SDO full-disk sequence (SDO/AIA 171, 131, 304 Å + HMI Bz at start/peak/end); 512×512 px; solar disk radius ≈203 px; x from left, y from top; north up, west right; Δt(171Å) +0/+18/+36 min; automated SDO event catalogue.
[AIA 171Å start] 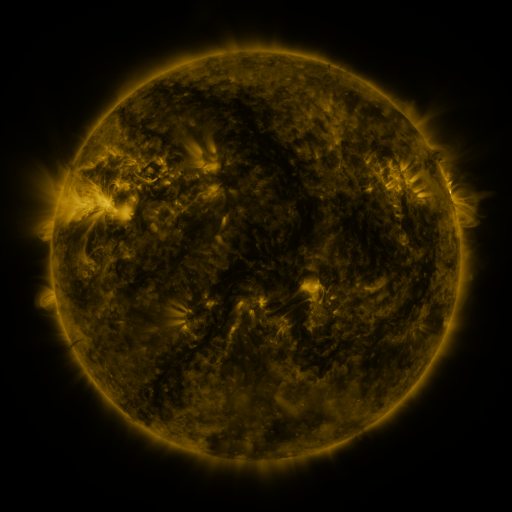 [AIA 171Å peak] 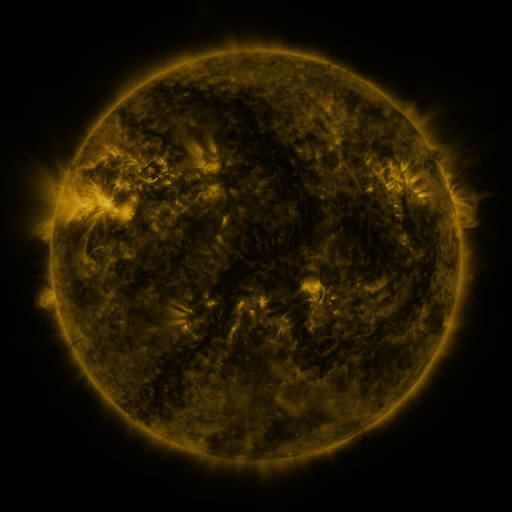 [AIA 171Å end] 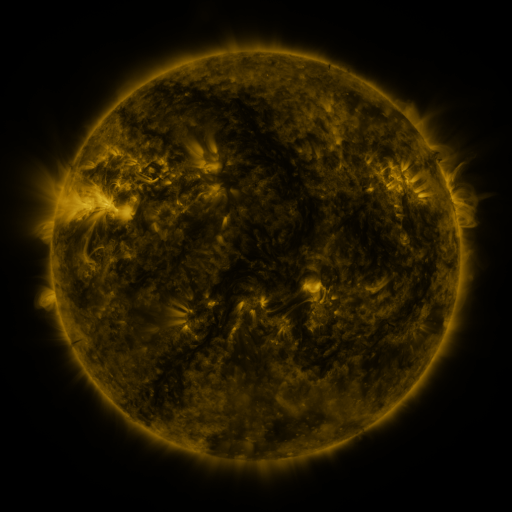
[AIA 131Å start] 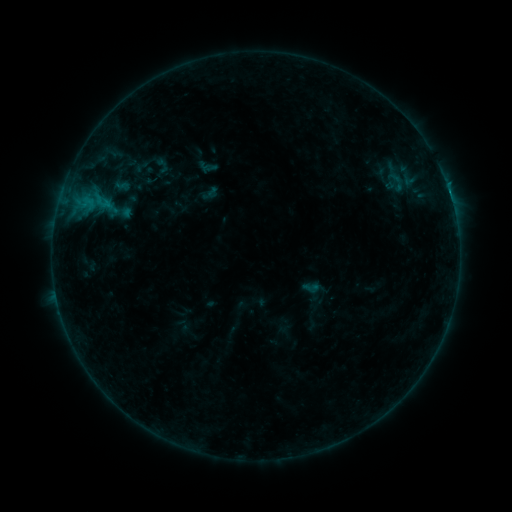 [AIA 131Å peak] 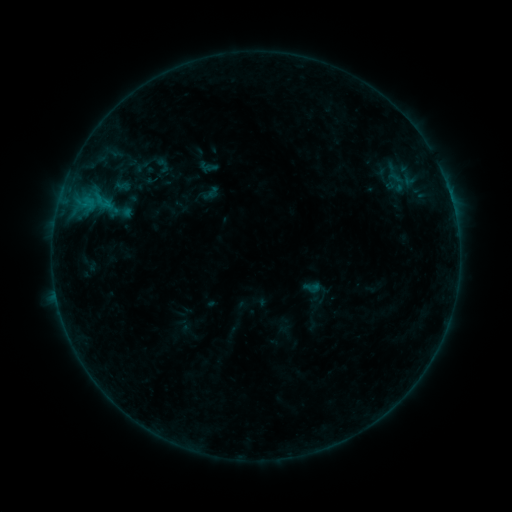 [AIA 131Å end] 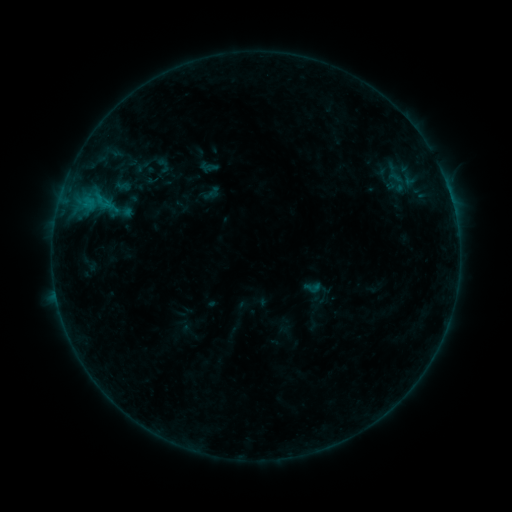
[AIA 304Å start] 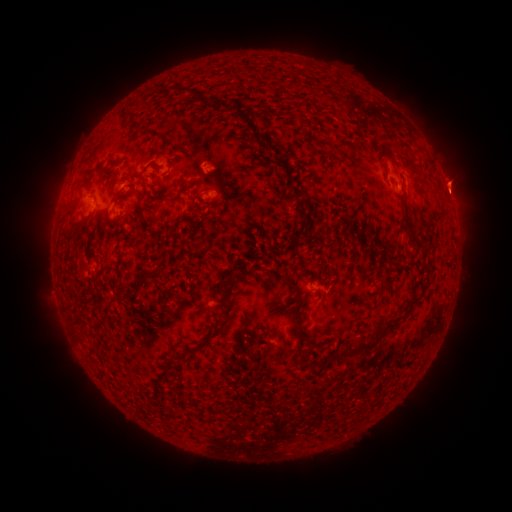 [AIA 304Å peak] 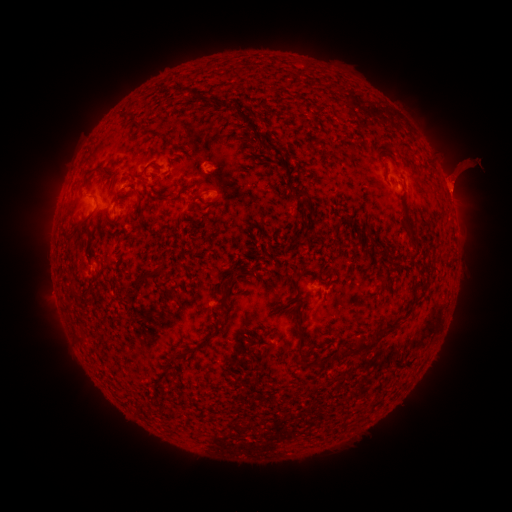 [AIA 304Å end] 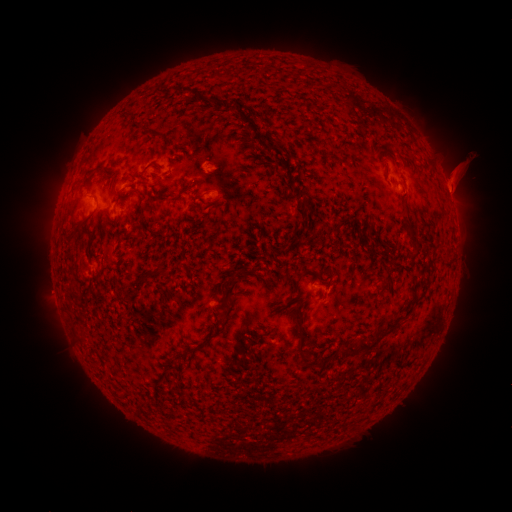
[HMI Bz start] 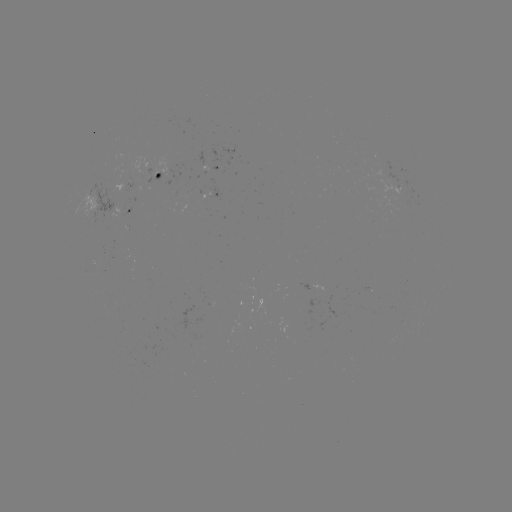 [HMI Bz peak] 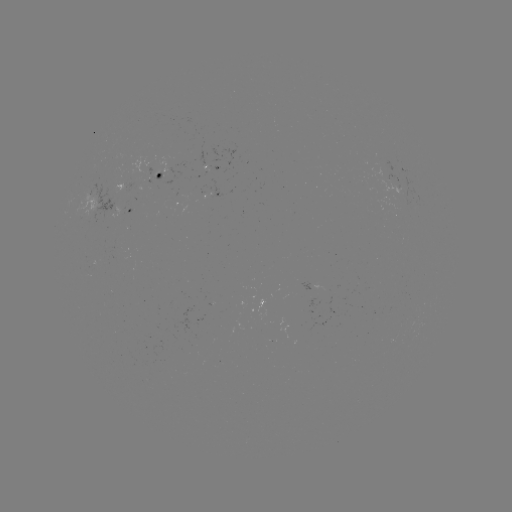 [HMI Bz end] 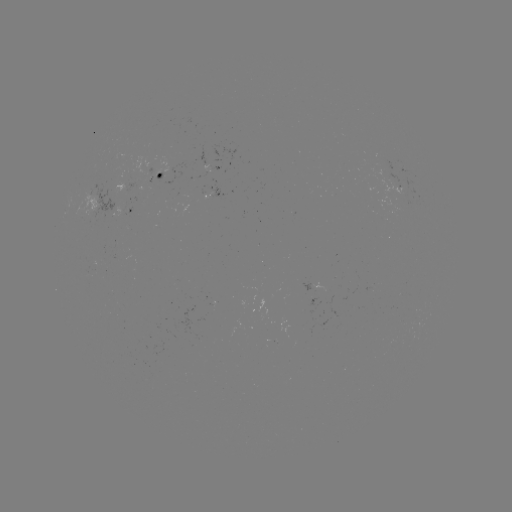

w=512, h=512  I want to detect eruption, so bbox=[429, 147, 491, 225].